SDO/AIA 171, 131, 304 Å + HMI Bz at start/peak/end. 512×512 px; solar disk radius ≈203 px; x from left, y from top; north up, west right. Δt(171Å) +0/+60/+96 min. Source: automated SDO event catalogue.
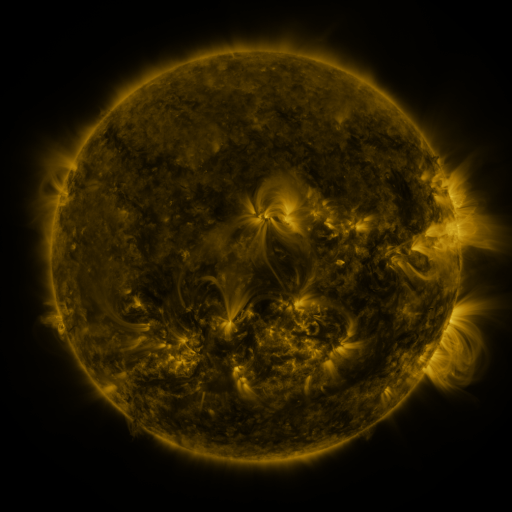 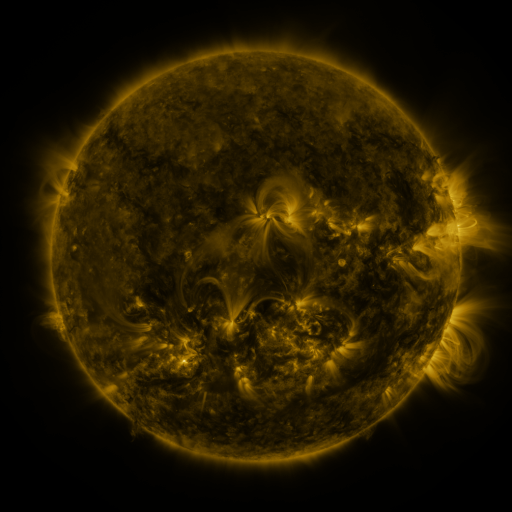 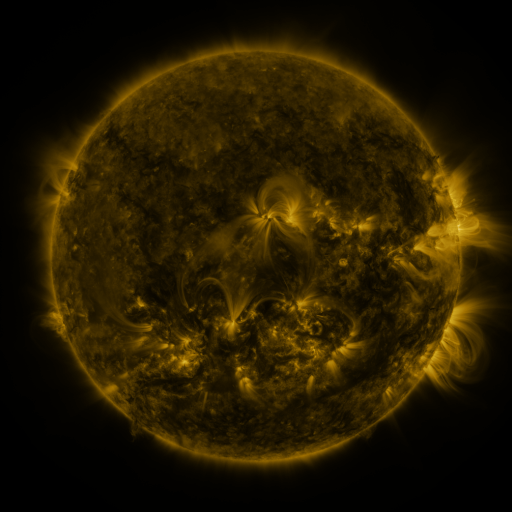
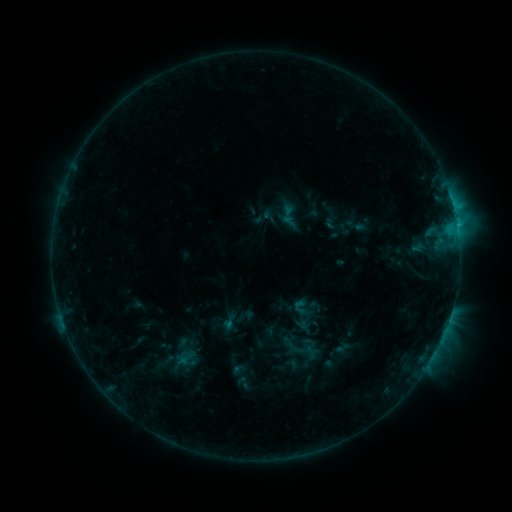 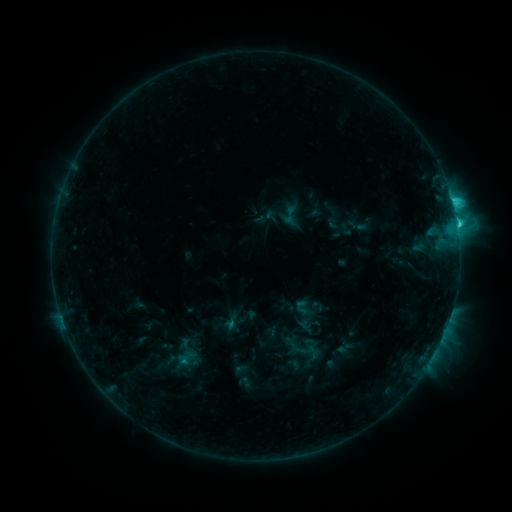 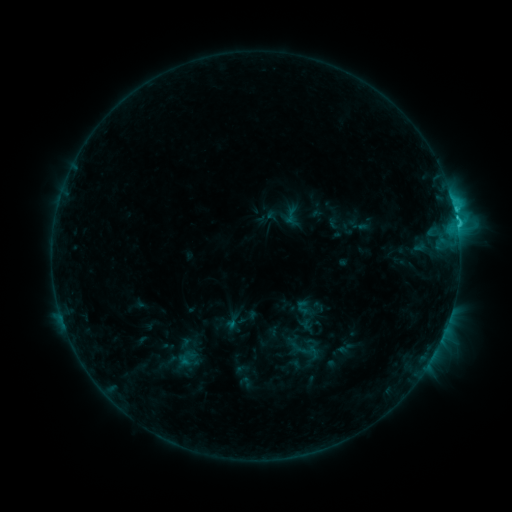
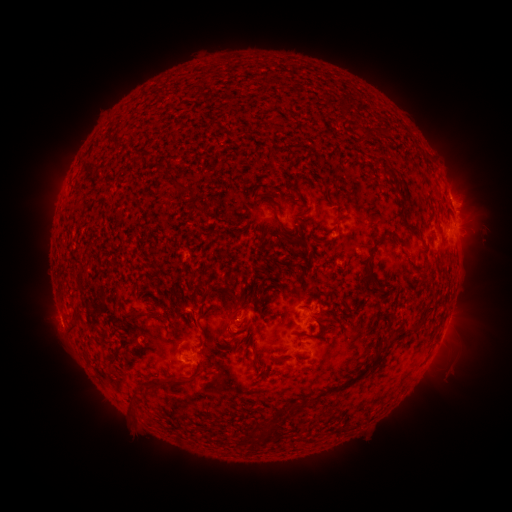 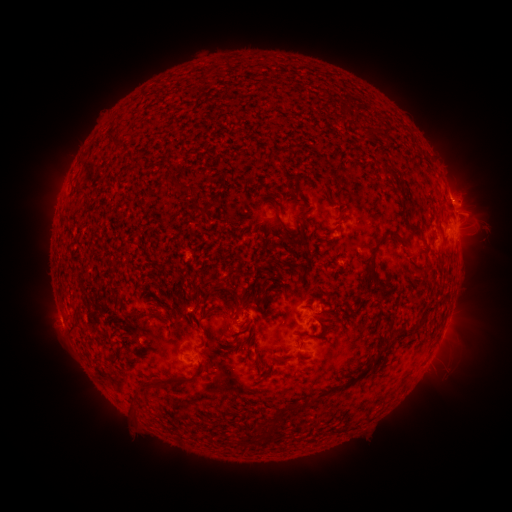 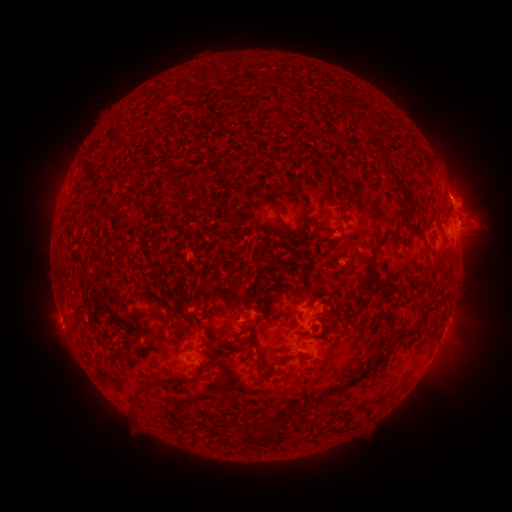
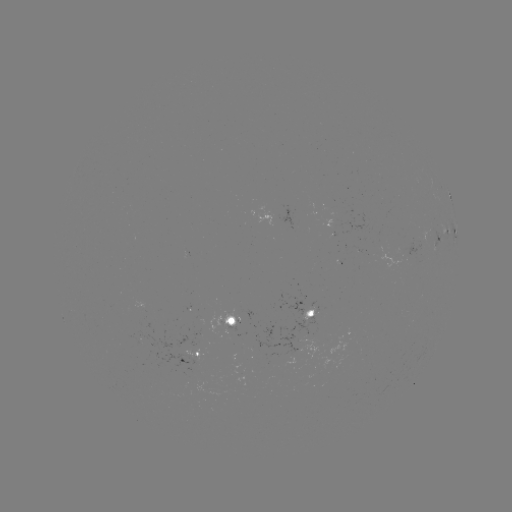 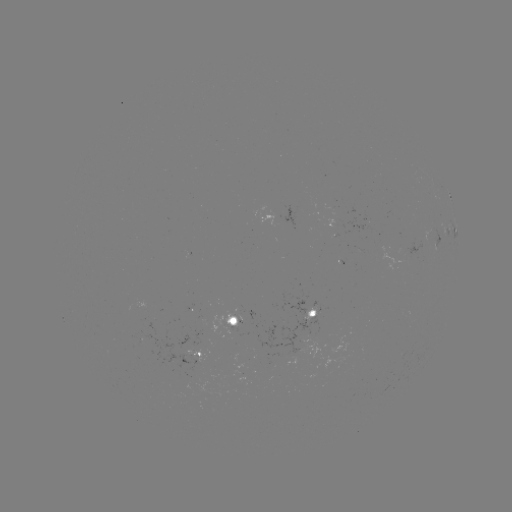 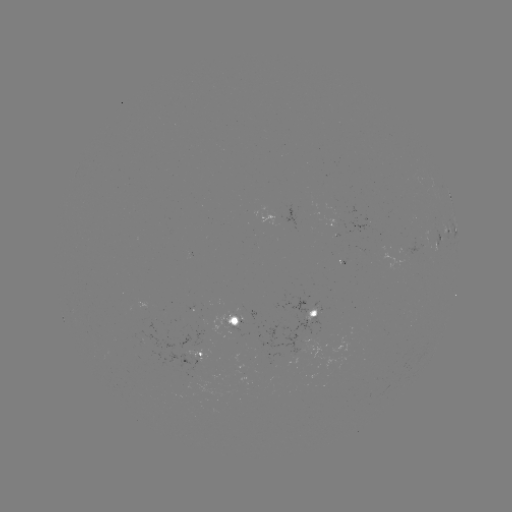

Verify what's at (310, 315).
emerging-flux region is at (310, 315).